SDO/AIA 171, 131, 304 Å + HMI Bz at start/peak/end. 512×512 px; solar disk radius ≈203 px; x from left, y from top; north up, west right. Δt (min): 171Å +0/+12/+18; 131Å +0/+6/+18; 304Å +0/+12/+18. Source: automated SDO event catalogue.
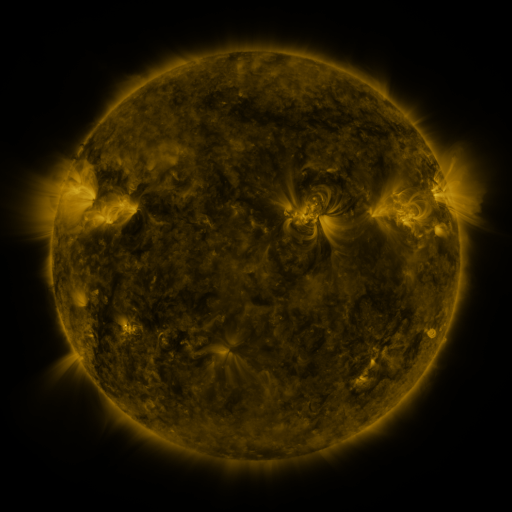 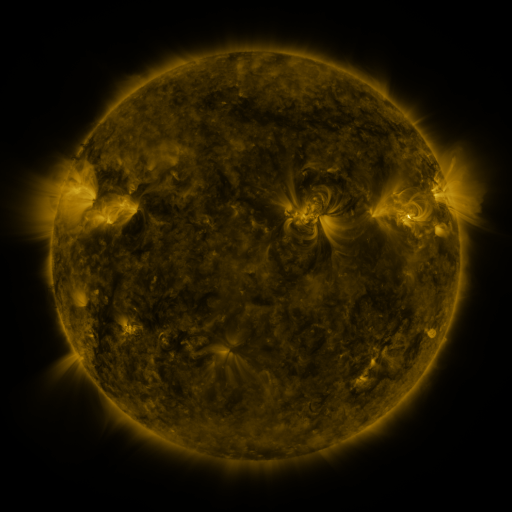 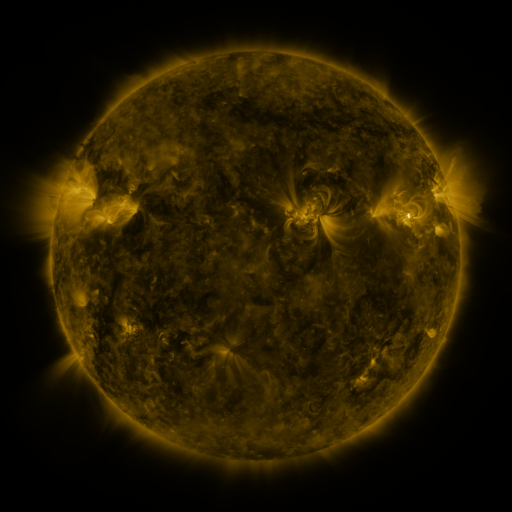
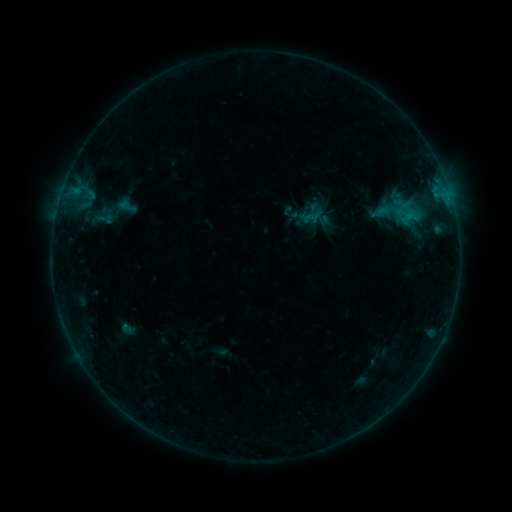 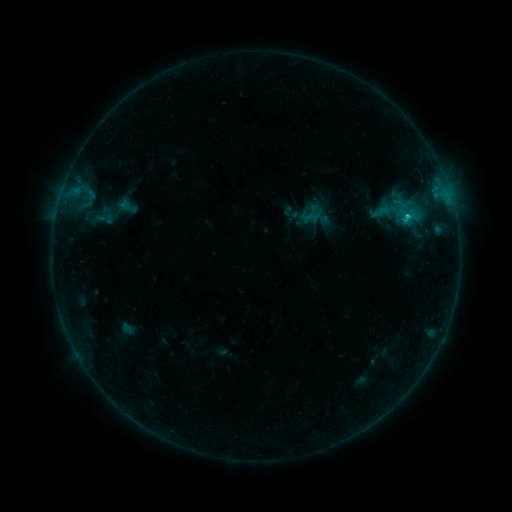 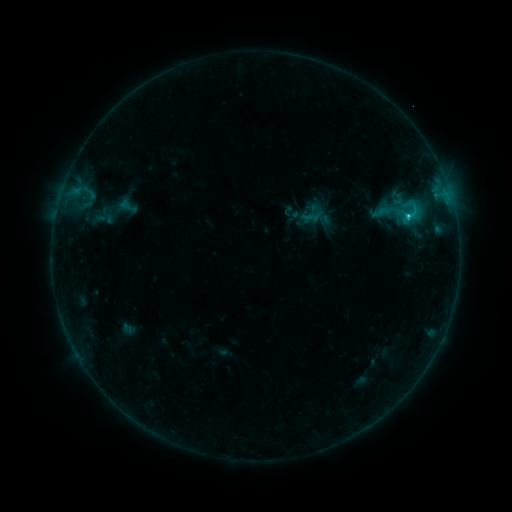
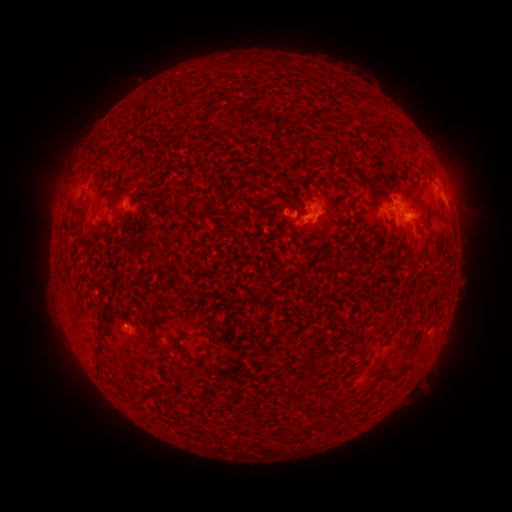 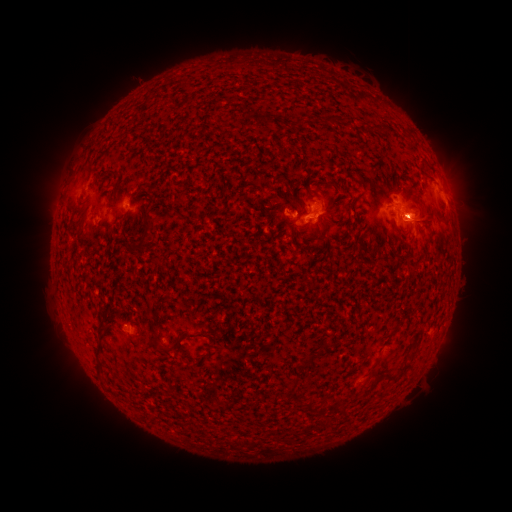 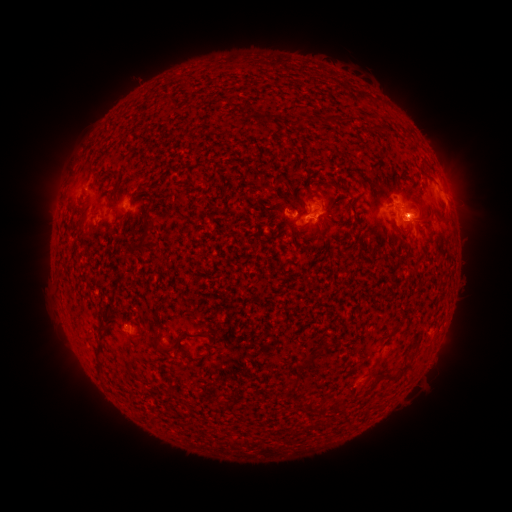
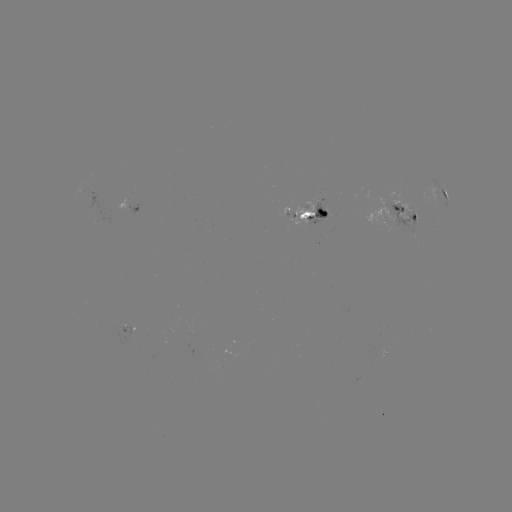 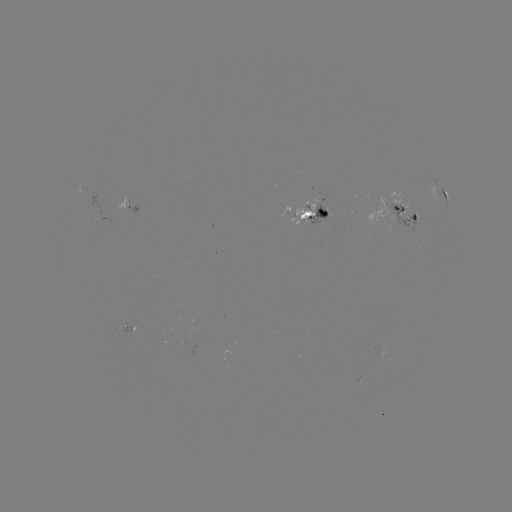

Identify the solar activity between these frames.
C3.6 flare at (407, 220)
